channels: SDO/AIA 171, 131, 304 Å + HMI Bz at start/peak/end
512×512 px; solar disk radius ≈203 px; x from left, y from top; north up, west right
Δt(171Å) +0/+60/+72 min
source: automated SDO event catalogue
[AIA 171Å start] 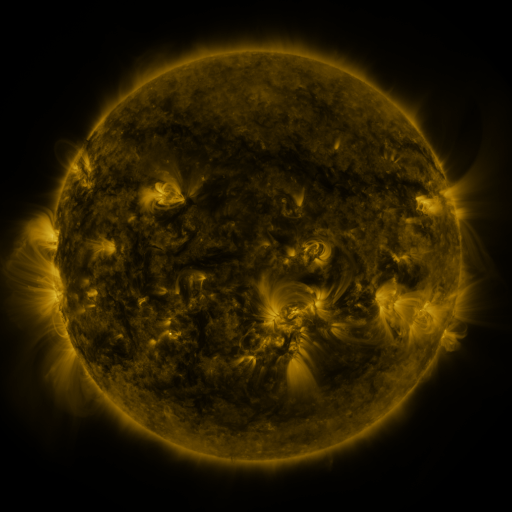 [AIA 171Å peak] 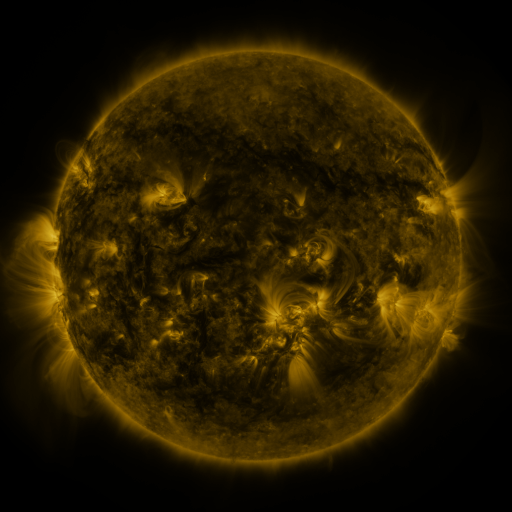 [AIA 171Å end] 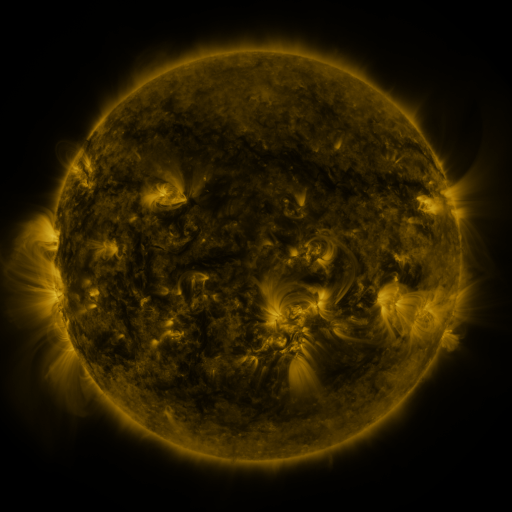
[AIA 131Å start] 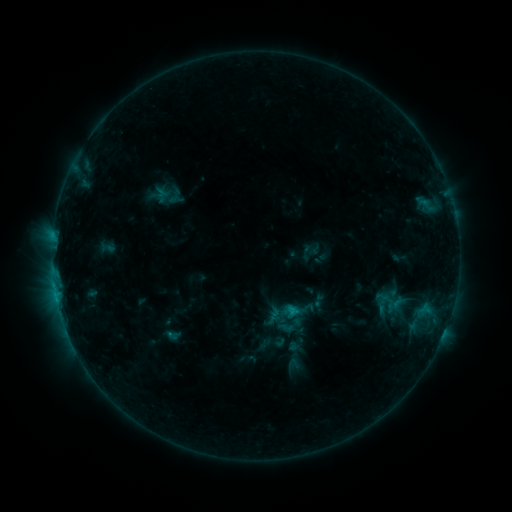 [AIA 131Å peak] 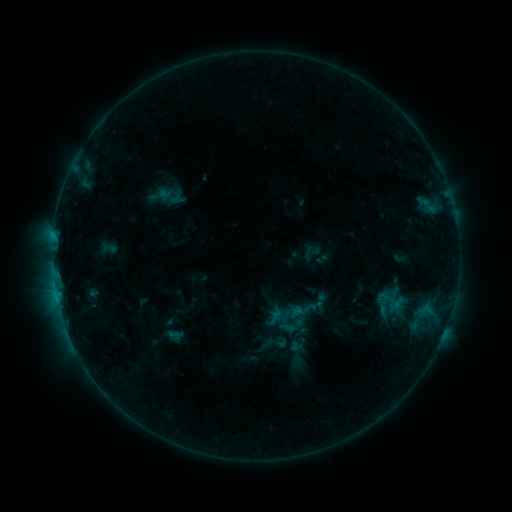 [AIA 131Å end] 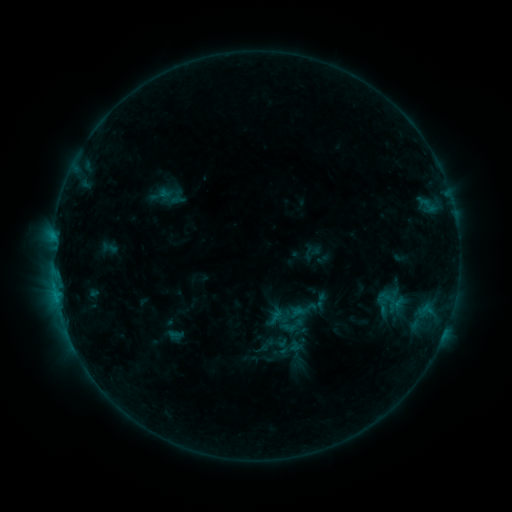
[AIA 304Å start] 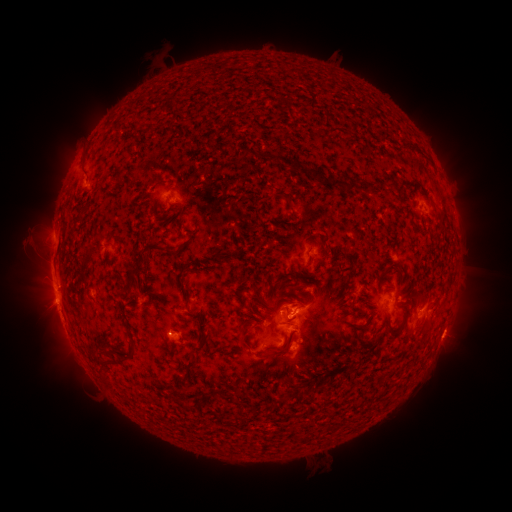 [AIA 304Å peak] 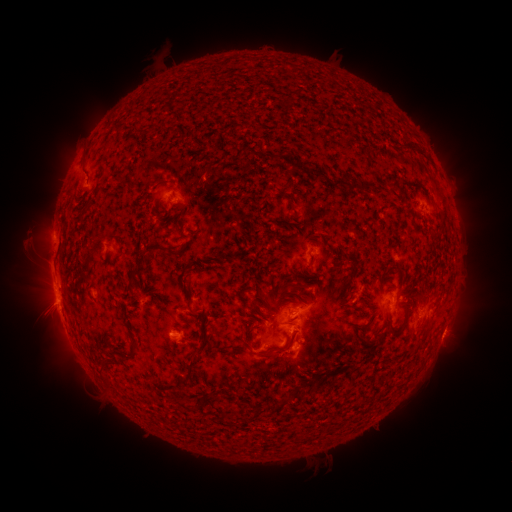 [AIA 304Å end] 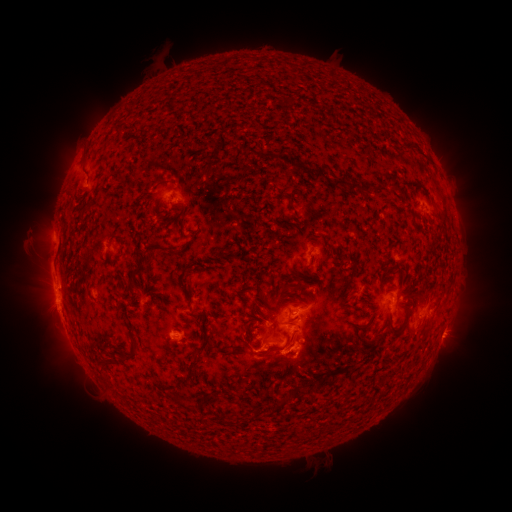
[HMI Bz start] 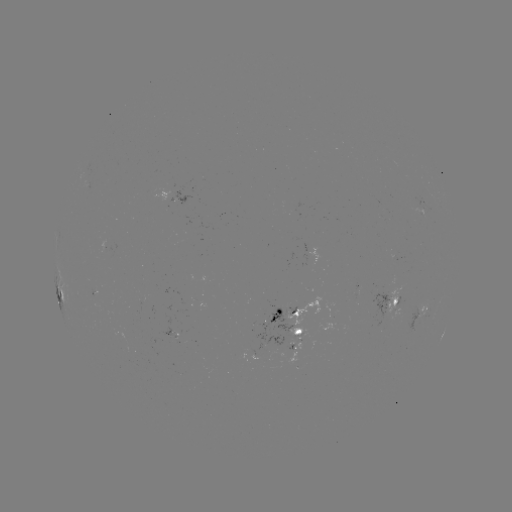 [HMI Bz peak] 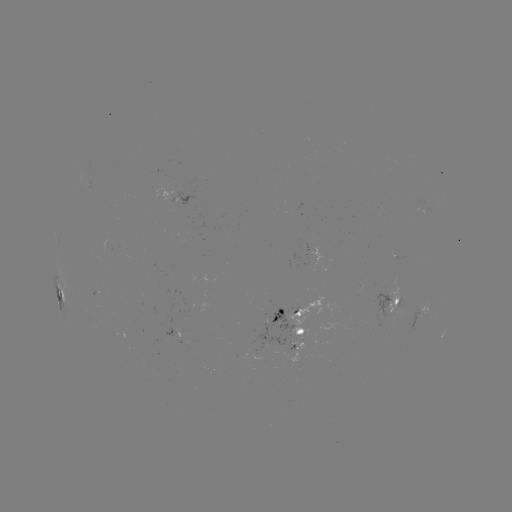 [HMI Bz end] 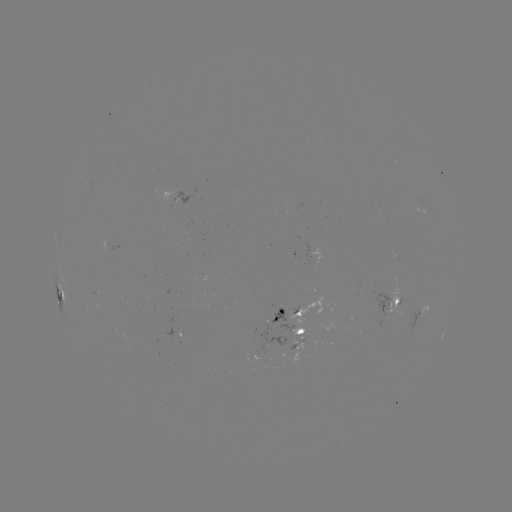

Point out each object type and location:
emerging-flux region: (95, 289)
